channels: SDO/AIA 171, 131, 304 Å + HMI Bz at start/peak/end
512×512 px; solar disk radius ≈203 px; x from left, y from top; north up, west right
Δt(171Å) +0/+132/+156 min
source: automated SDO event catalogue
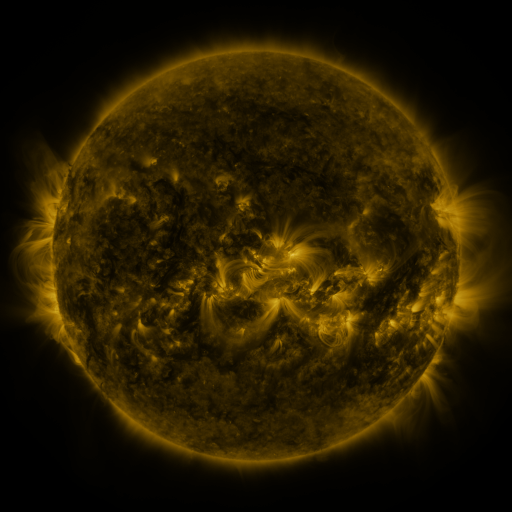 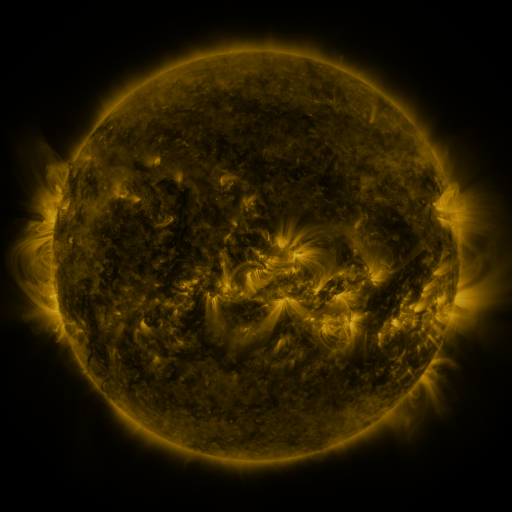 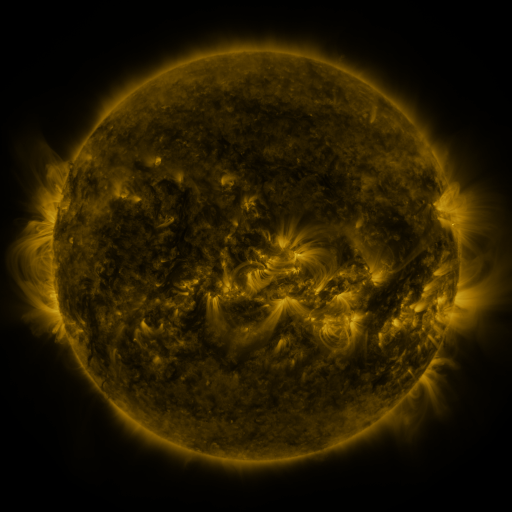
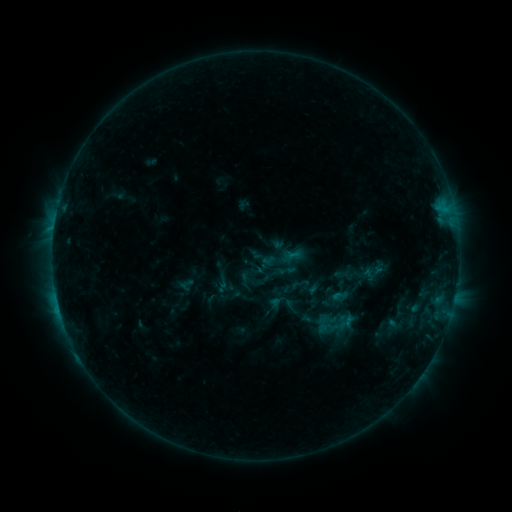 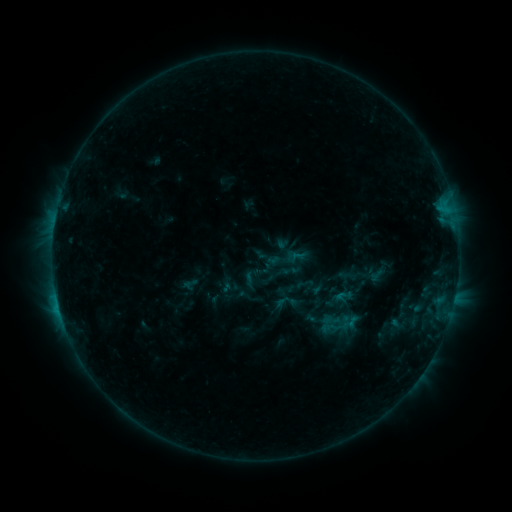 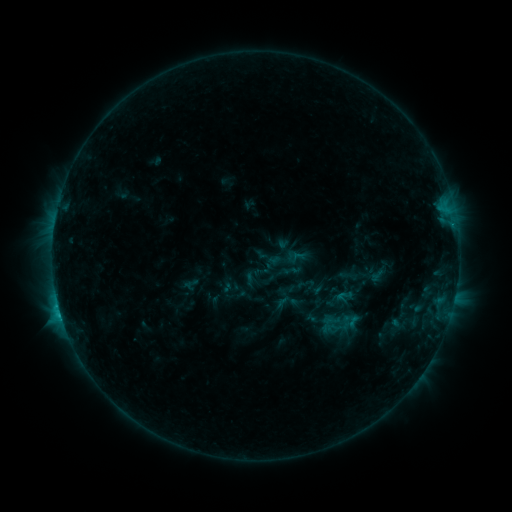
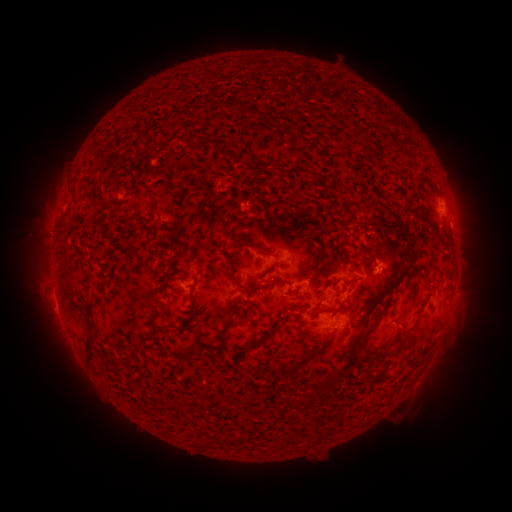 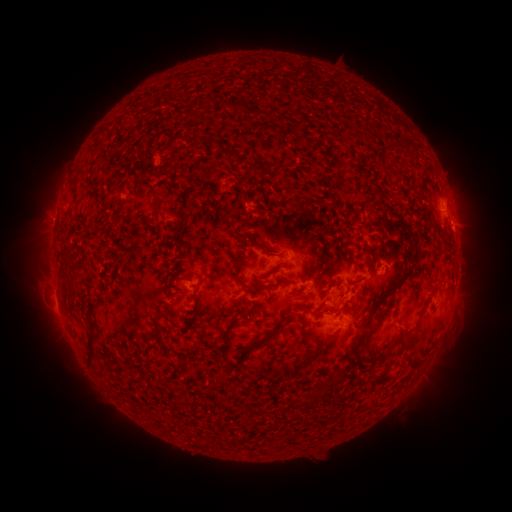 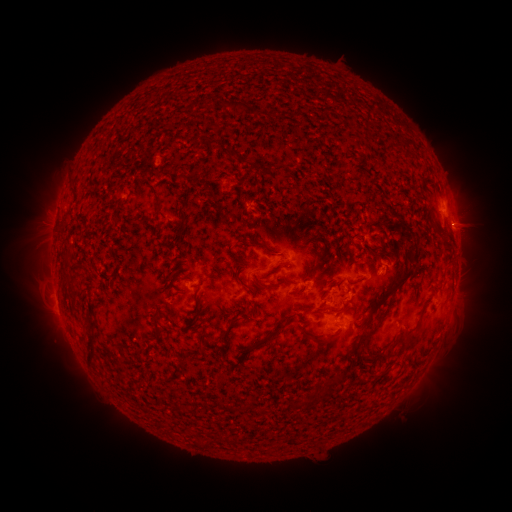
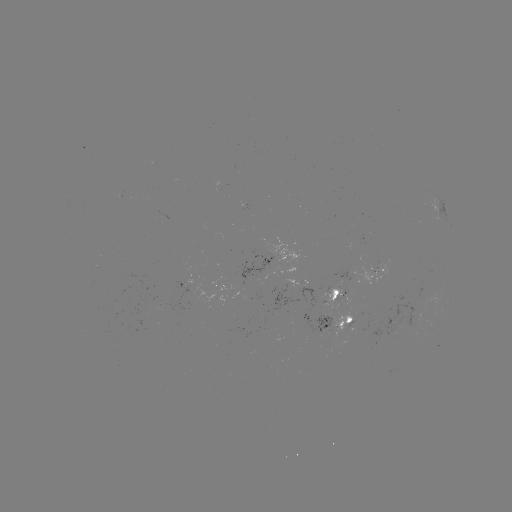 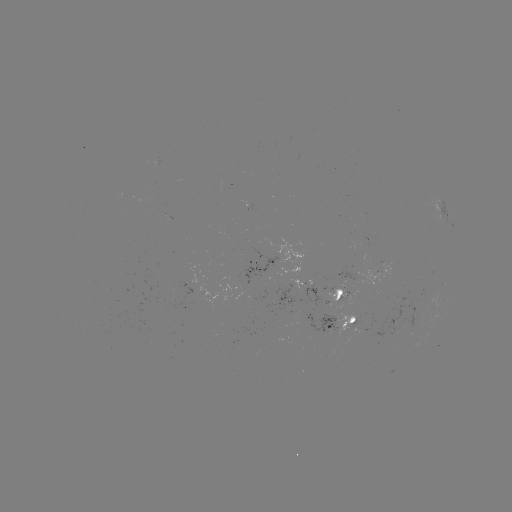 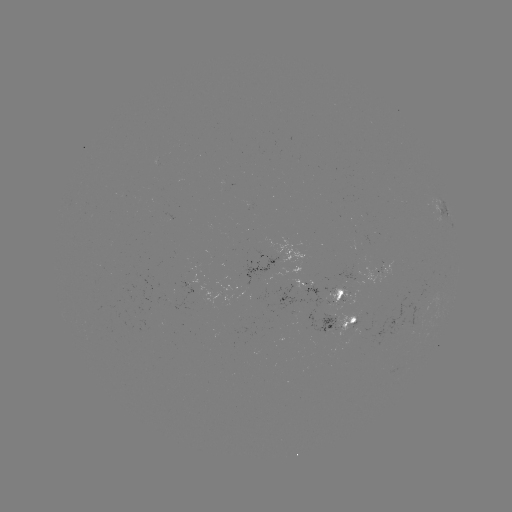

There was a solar emerging-flux region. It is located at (282, 256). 